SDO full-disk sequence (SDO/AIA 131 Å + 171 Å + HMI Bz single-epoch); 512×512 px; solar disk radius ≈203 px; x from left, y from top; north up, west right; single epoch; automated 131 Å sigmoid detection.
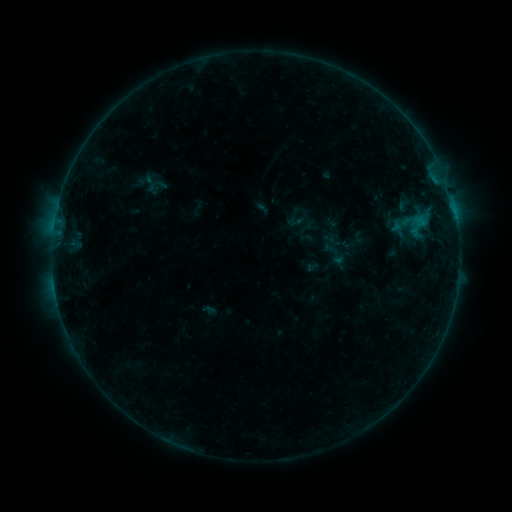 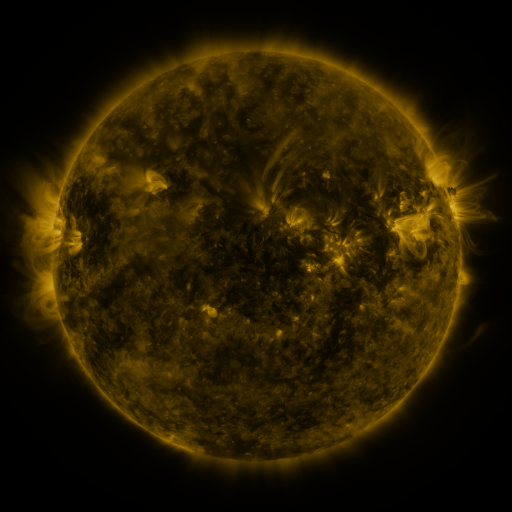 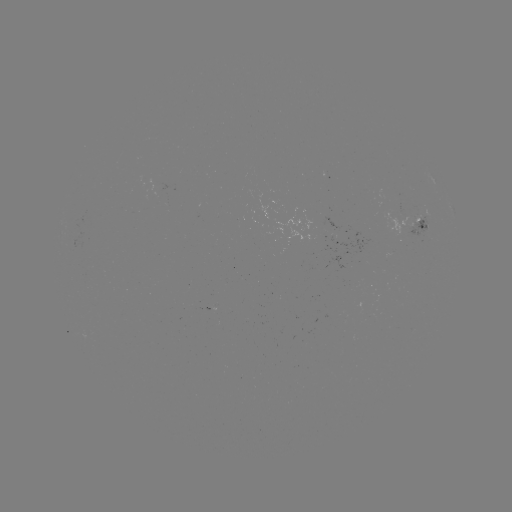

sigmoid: [141, 174, 159, 192]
